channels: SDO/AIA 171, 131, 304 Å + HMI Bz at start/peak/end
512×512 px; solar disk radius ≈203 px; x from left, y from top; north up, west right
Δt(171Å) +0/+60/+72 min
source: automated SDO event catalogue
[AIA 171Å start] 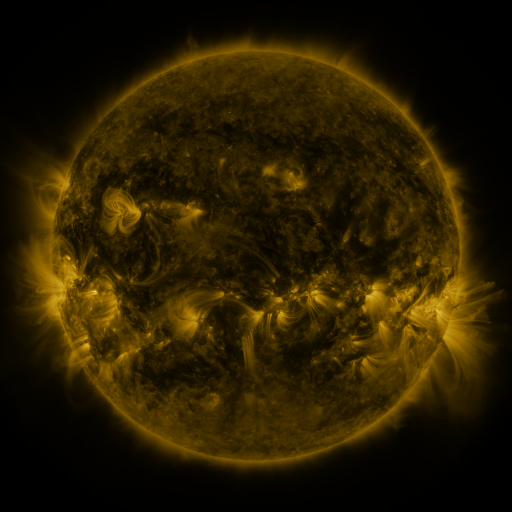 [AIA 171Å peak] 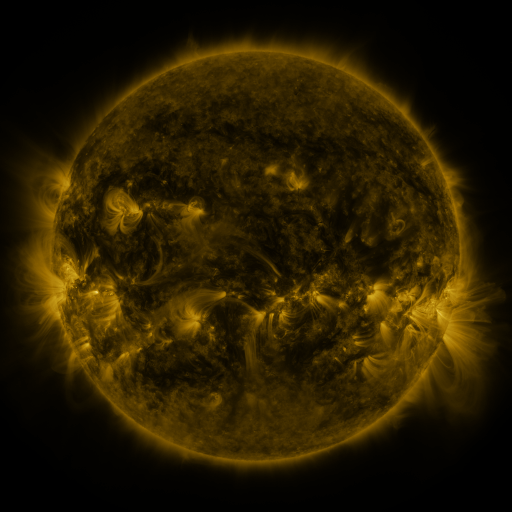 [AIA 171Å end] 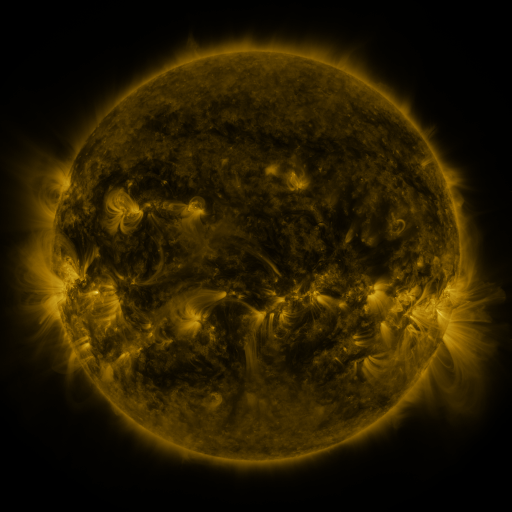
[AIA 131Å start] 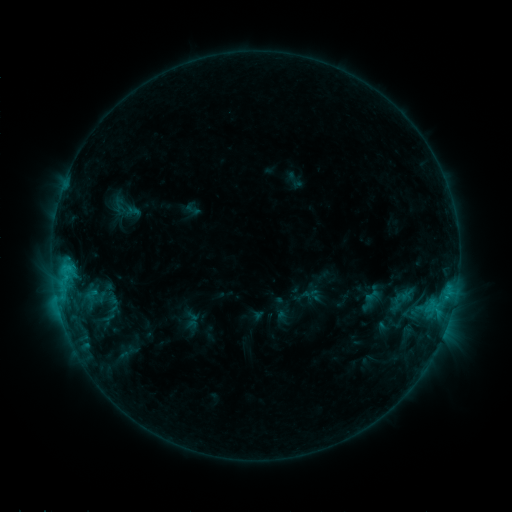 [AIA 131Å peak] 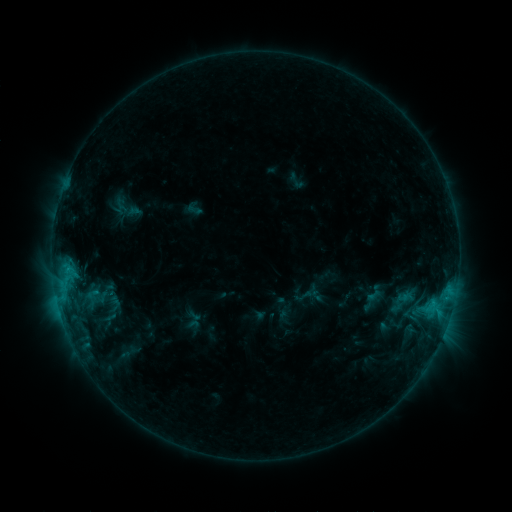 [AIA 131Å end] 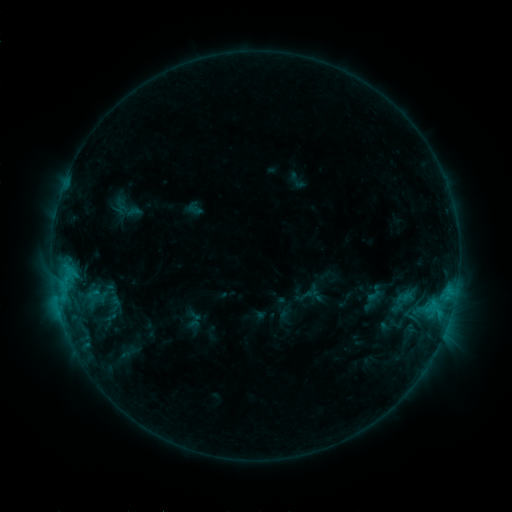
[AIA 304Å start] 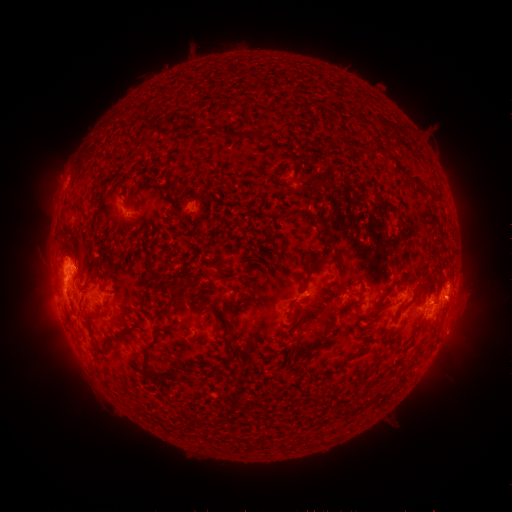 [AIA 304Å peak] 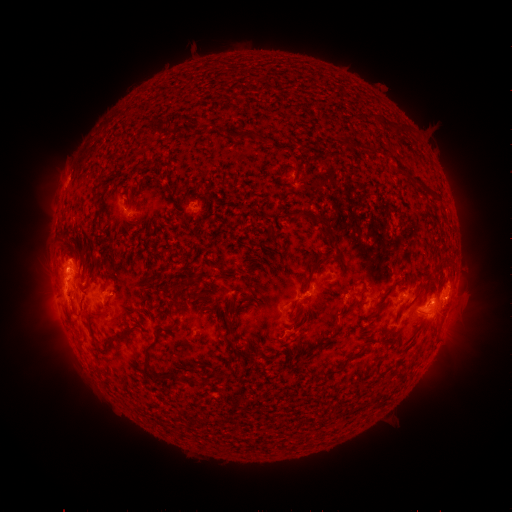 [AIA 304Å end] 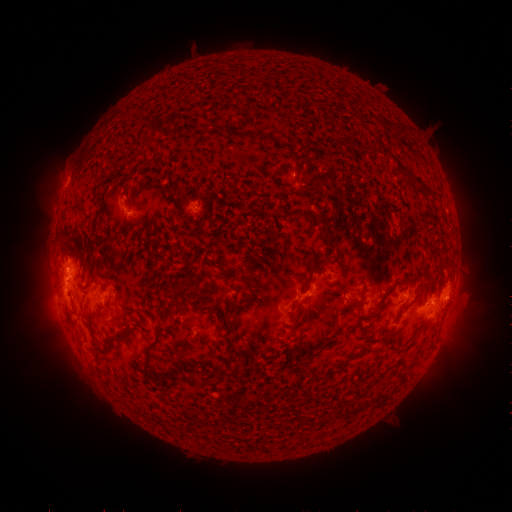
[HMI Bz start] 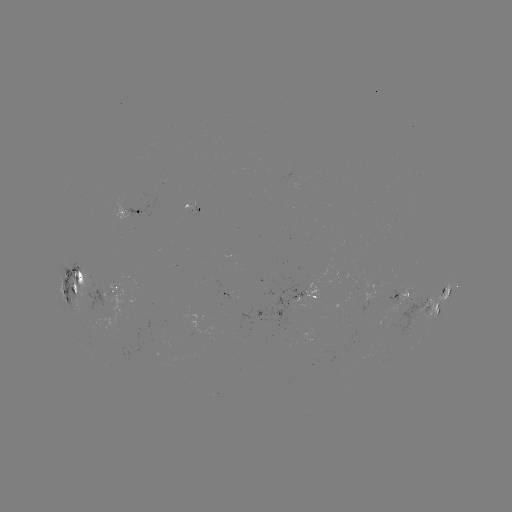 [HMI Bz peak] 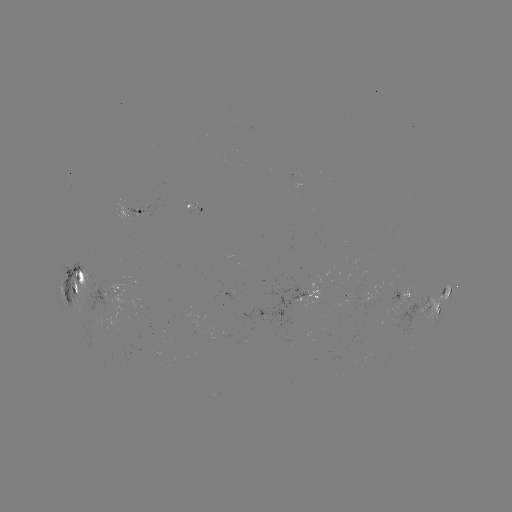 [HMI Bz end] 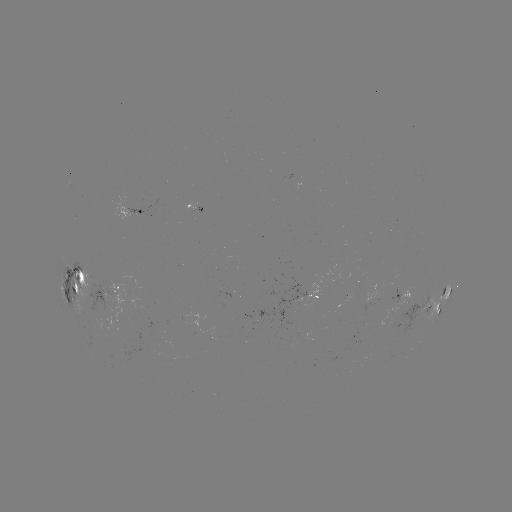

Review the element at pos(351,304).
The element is emerging-flux region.